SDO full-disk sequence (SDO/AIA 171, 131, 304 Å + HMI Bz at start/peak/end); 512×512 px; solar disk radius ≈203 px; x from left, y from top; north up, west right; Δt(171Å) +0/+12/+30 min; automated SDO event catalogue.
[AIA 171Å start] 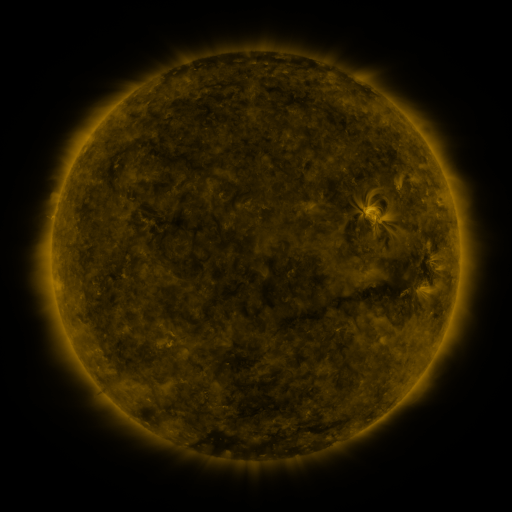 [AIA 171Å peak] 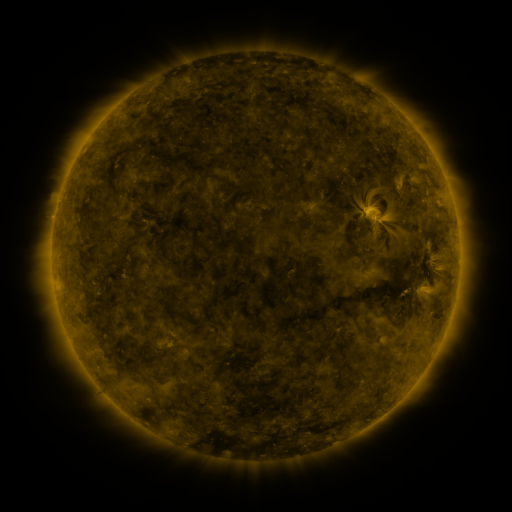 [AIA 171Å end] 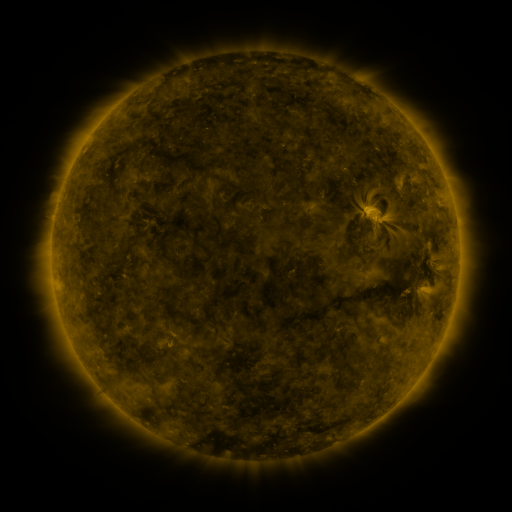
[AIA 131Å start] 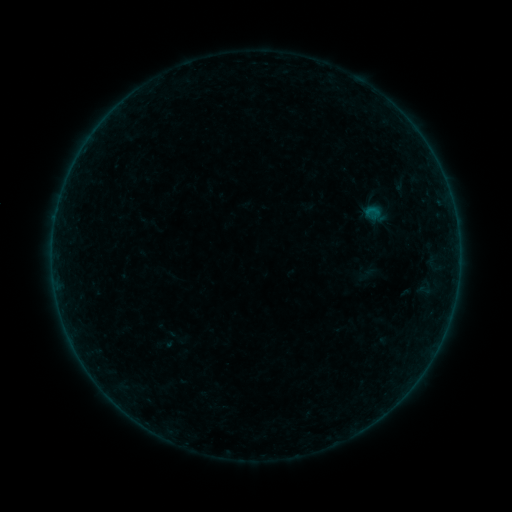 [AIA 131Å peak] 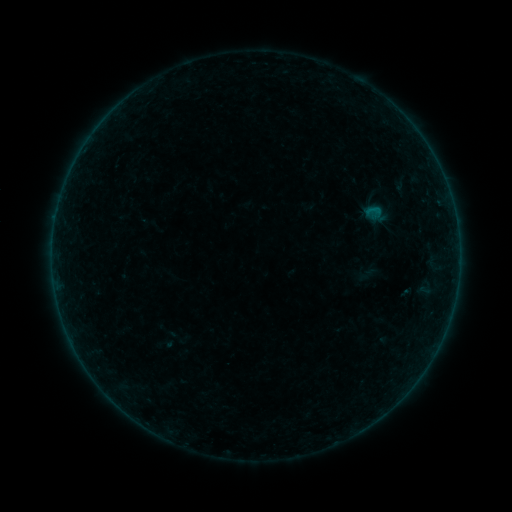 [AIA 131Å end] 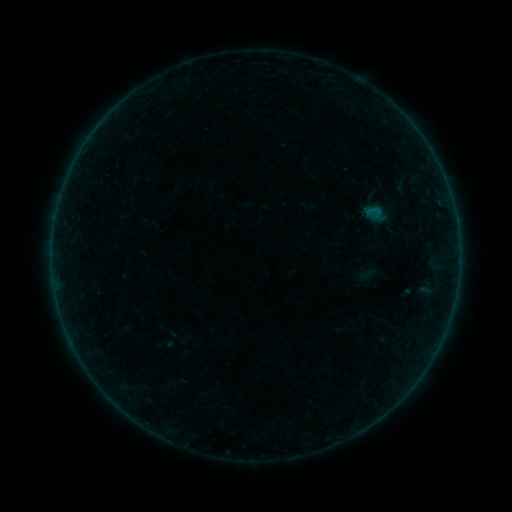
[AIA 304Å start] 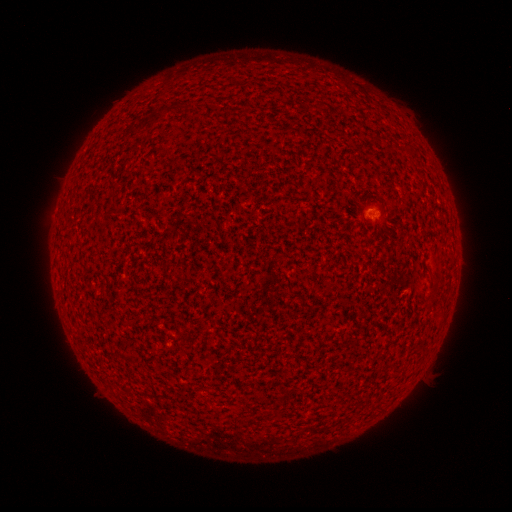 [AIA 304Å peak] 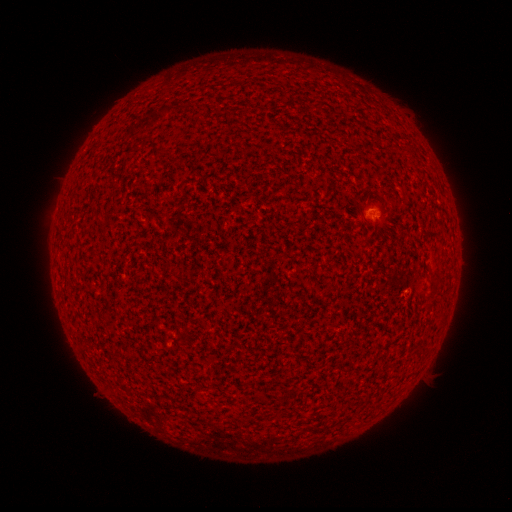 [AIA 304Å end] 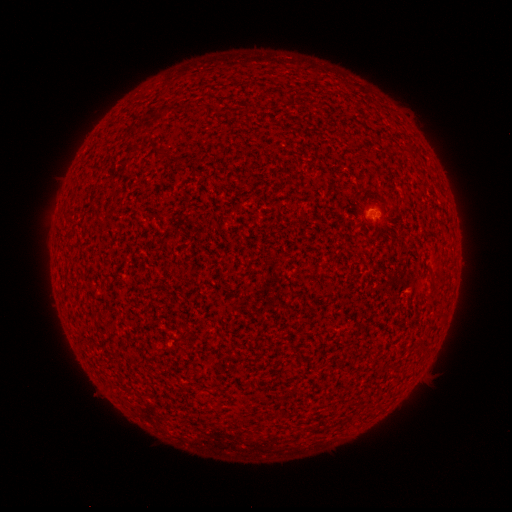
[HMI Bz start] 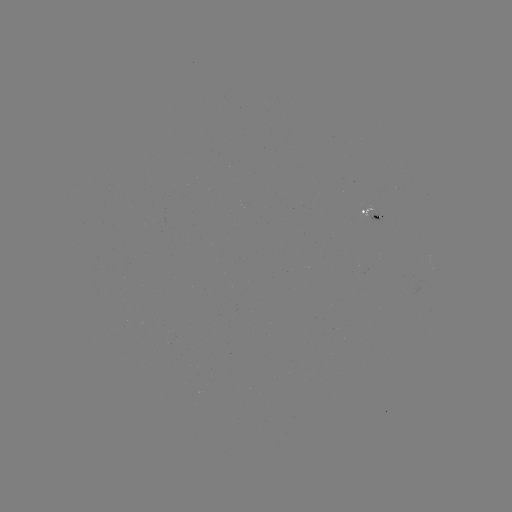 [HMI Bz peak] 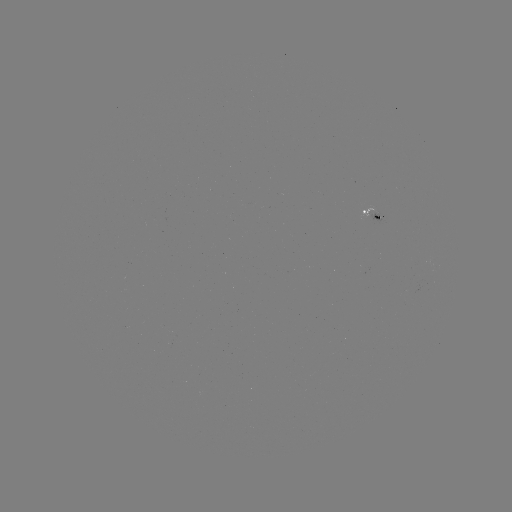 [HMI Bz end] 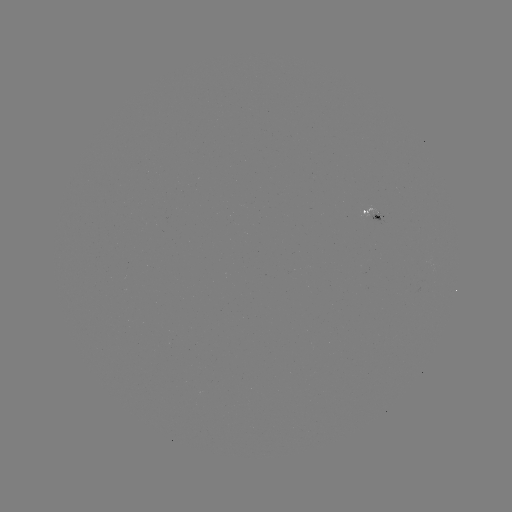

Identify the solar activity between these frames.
B1.0 flare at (376, 211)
